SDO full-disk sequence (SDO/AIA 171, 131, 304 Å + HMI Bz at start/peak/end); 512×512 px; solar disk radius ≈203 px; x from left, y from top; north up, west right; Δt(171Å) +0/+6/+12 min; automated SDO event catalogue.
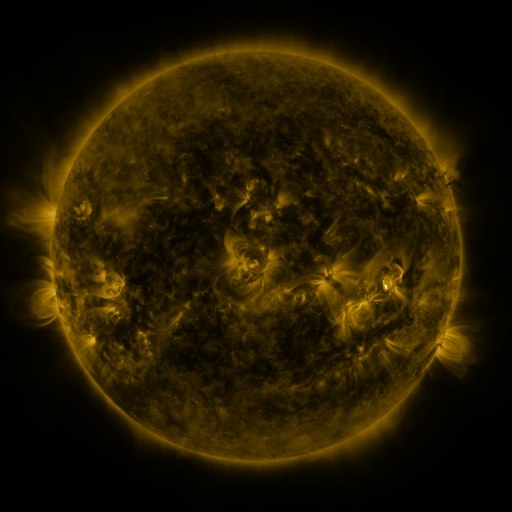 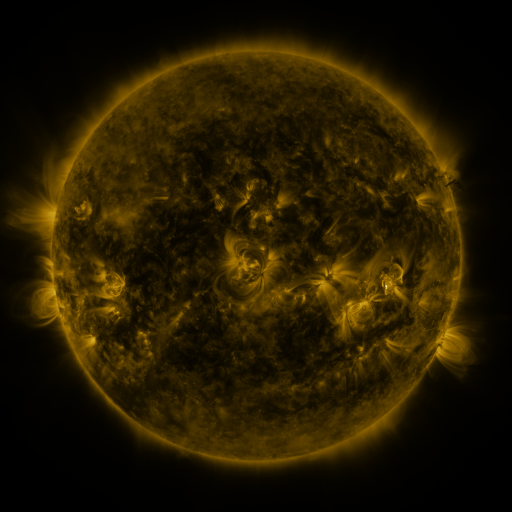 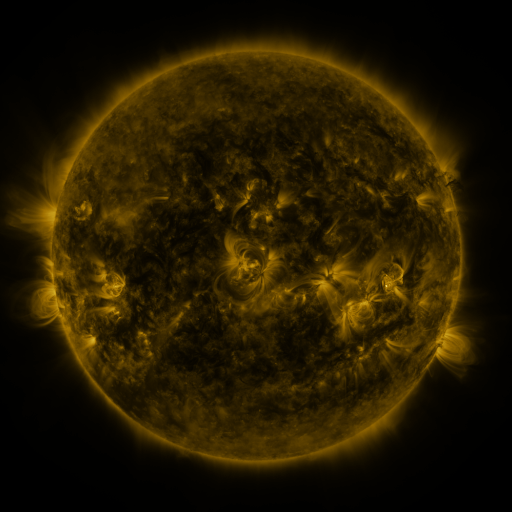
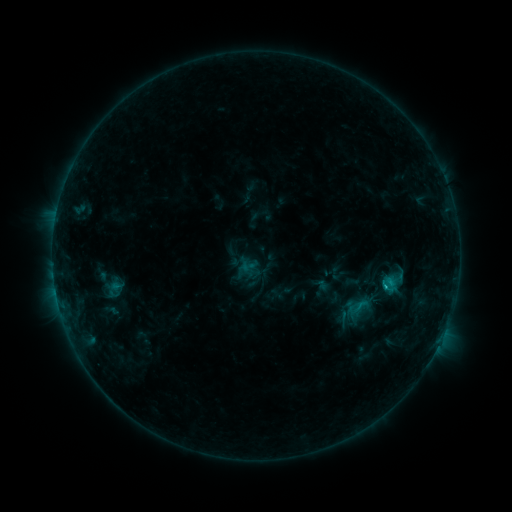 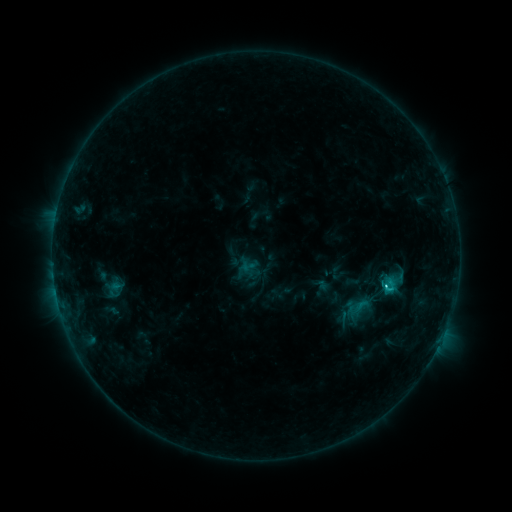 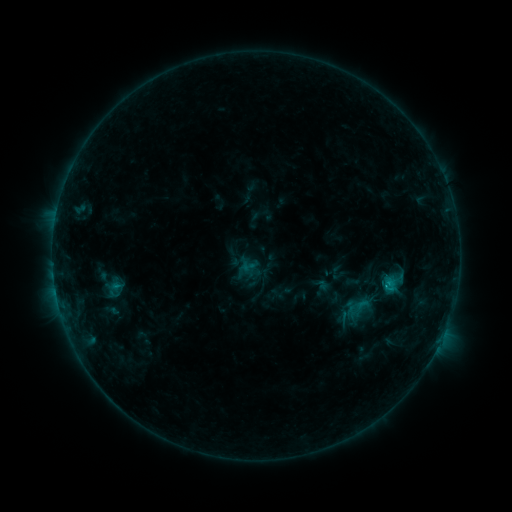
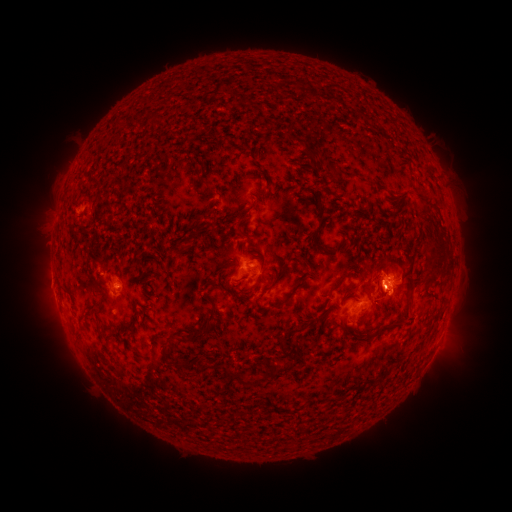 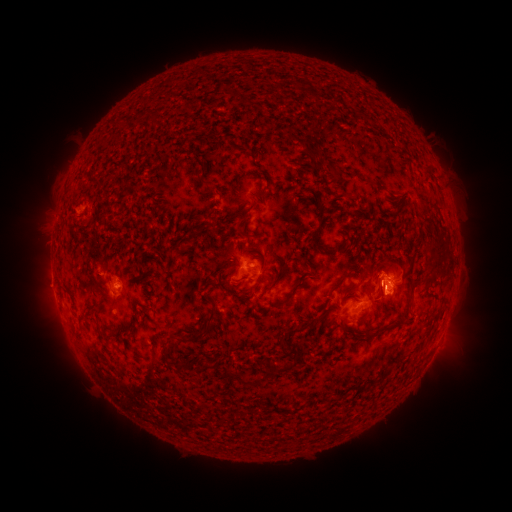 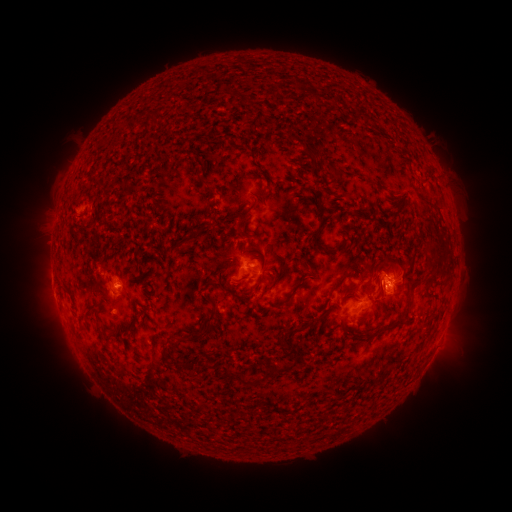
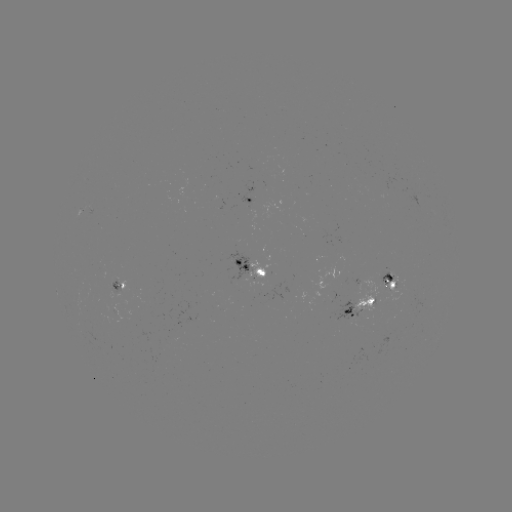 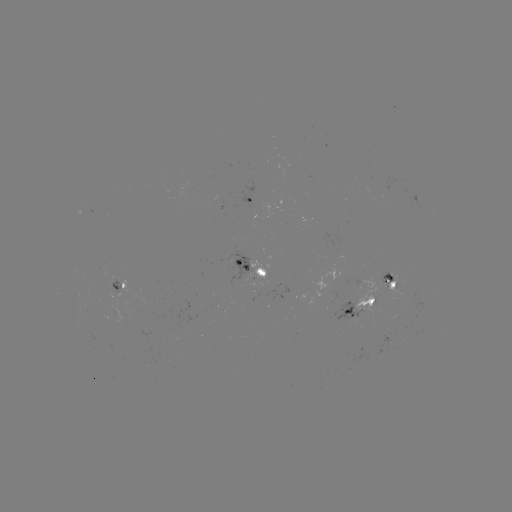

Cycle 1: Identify C1.8 flare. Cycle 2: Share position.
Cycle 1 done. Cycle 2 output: (384, 284).